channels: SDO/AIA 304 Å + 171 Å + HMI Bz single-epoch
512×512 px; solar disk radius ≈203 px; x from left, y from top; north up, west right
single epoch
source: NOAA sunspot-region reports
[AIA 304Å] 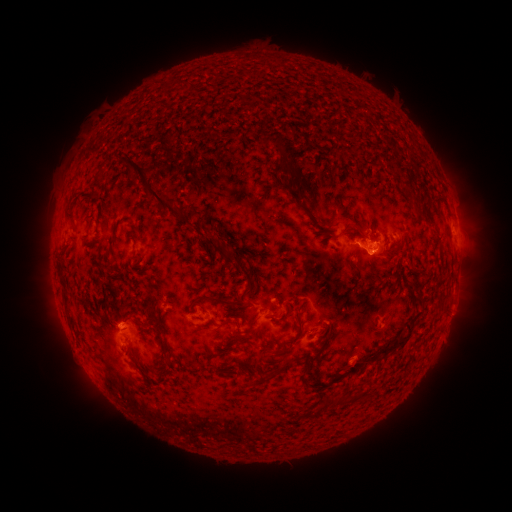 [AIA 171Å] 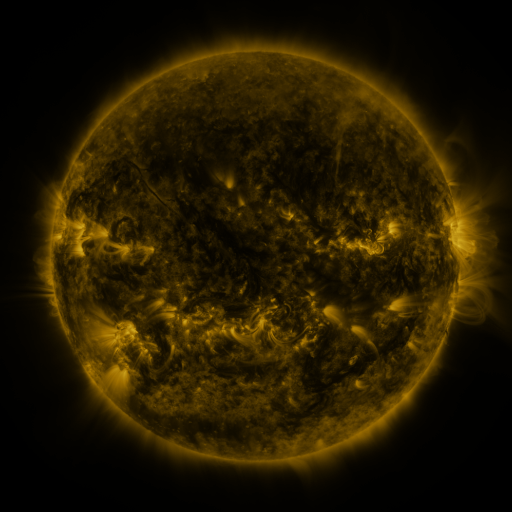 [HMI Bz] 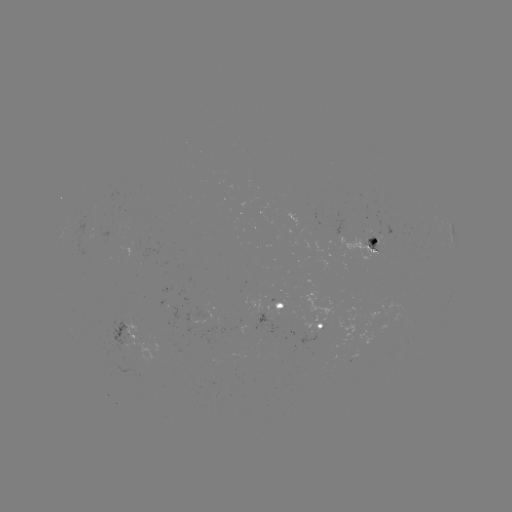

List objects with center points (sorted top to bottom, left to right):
spotted active region: (368, 245)
spotted active region: (280, 305)
spotted active region: (194, 318)
spotted active region: (317, 325)
spotted active region: (128, 336)
